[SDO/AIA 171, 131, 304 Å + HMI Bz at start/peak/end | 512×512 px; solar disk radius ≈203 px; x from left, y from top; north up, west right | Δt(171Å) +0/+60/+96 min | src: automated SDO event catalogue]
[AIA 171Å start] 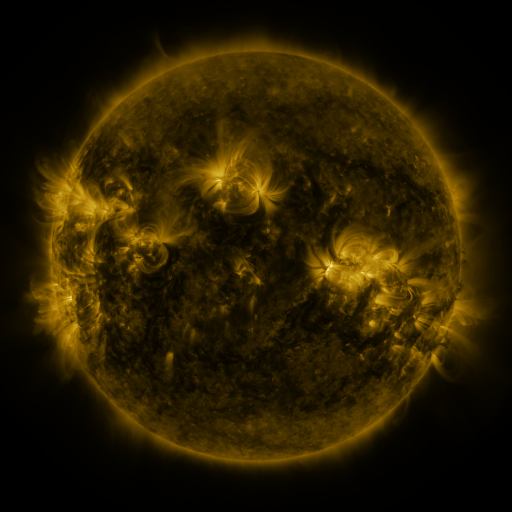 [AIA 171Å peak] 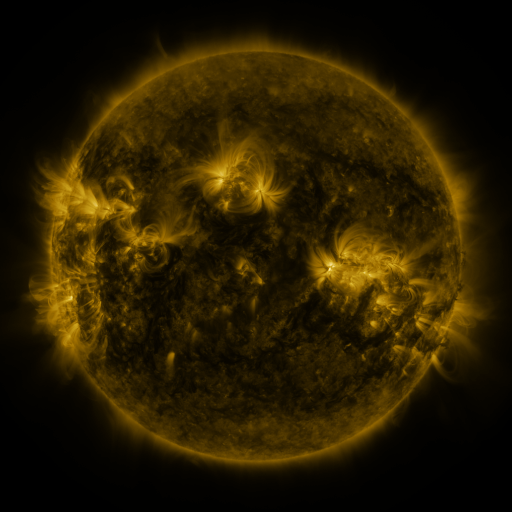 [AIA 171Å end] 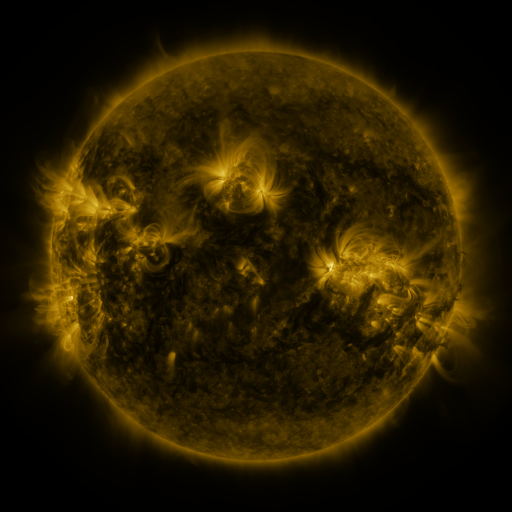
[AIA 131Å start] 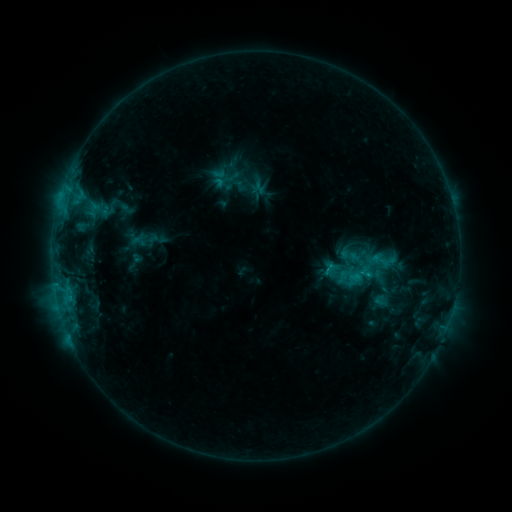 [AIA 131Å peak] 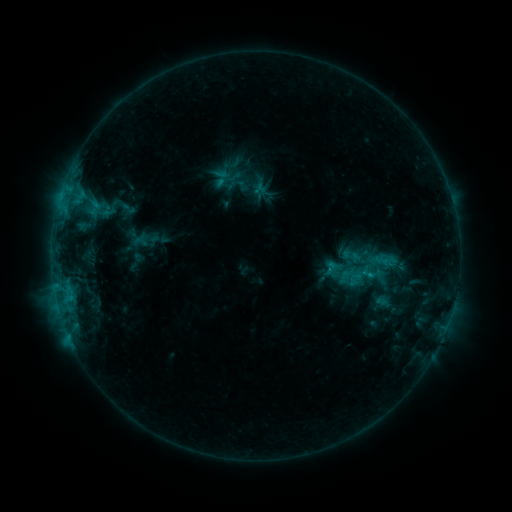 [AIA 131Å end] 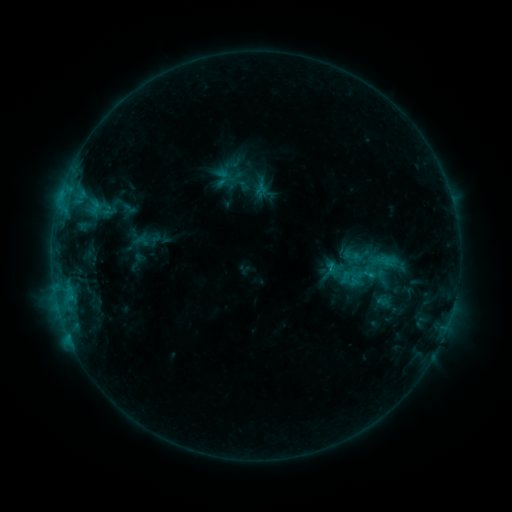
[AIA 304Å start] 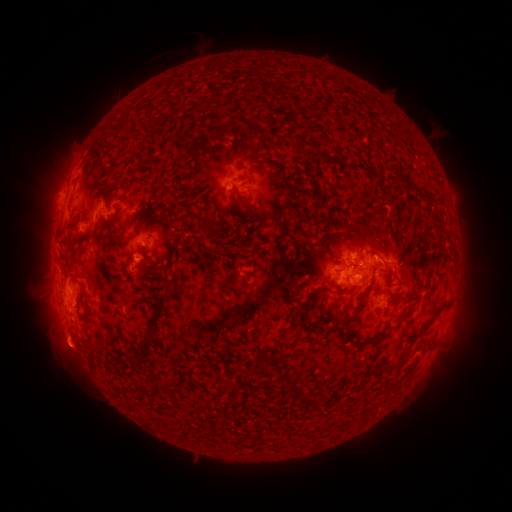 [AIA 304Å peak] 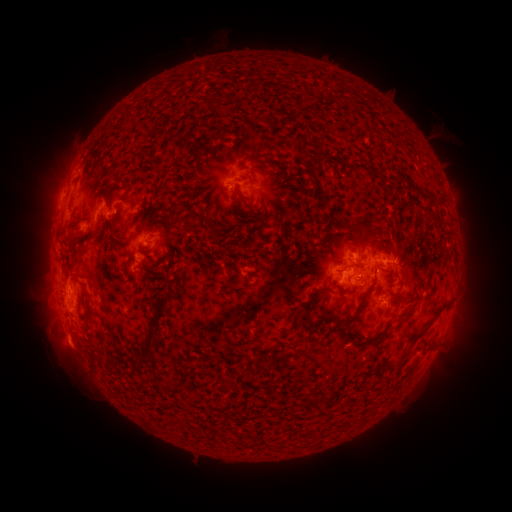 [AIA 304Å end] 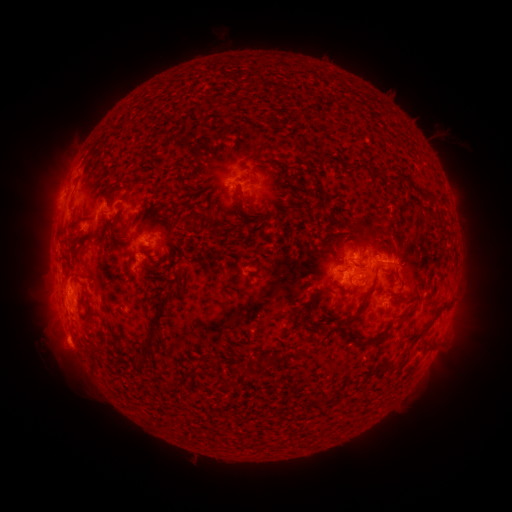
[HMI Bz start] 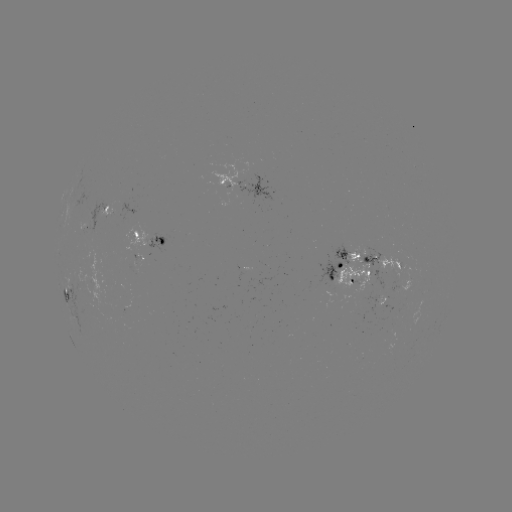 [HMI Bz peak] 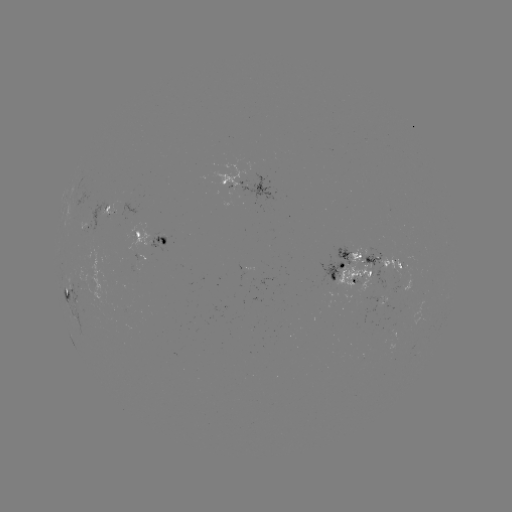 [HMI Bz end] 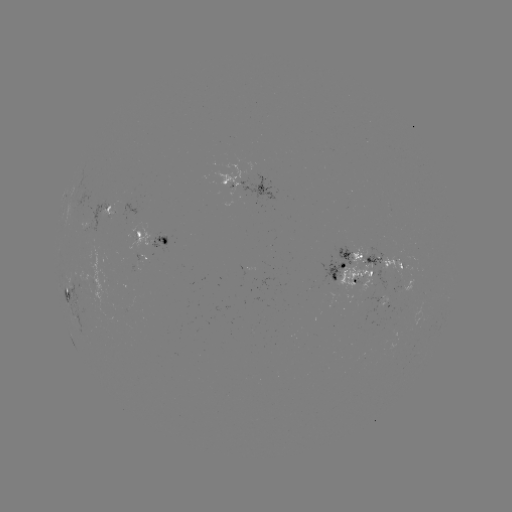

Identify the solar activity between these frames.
emerging-flux region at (396, 292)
